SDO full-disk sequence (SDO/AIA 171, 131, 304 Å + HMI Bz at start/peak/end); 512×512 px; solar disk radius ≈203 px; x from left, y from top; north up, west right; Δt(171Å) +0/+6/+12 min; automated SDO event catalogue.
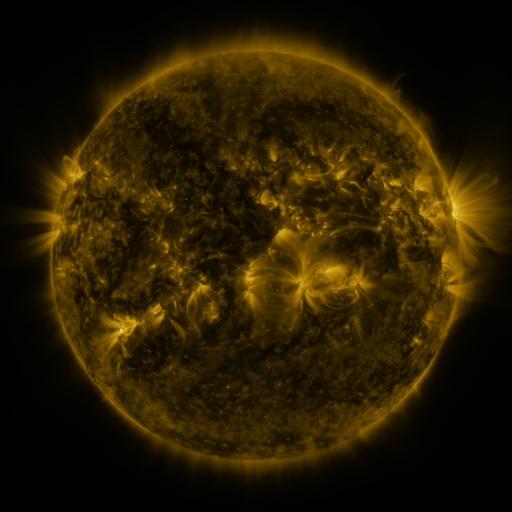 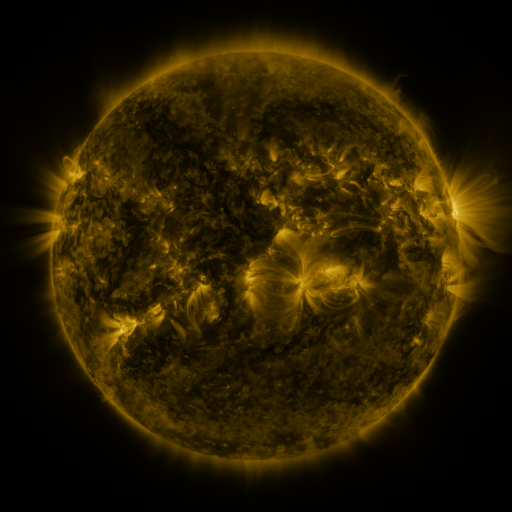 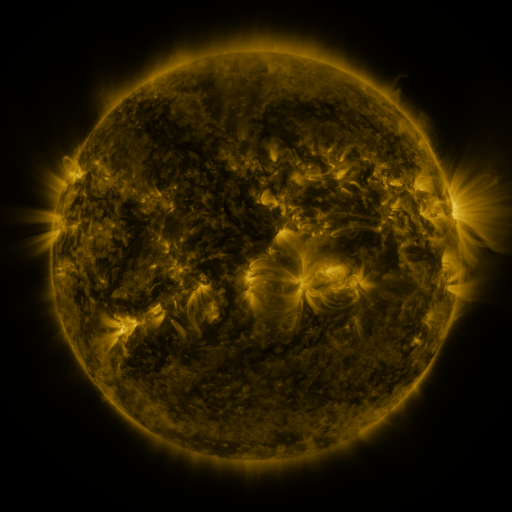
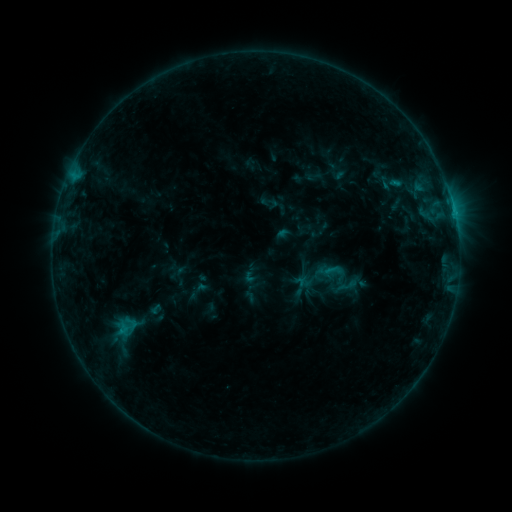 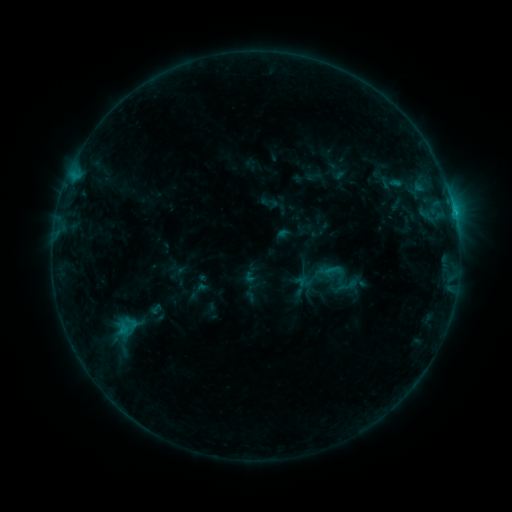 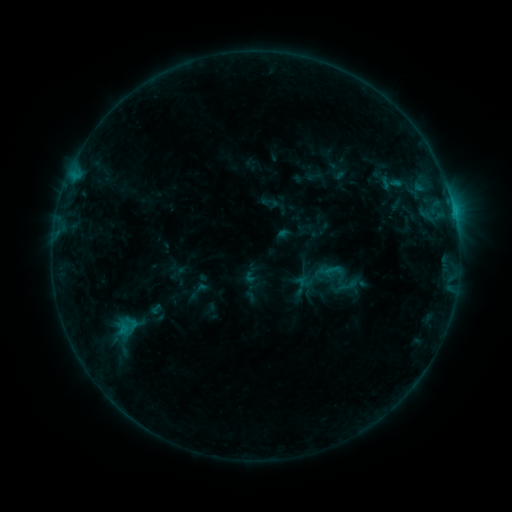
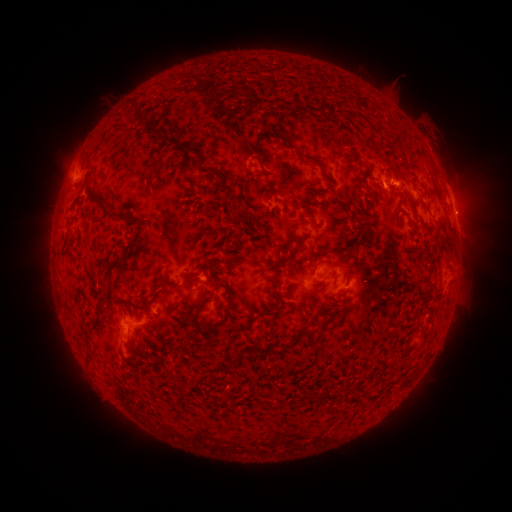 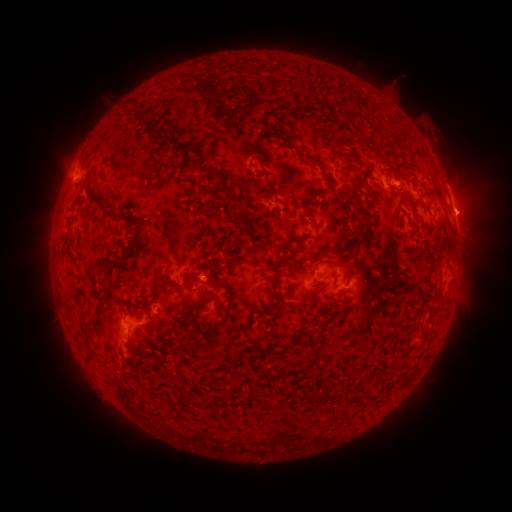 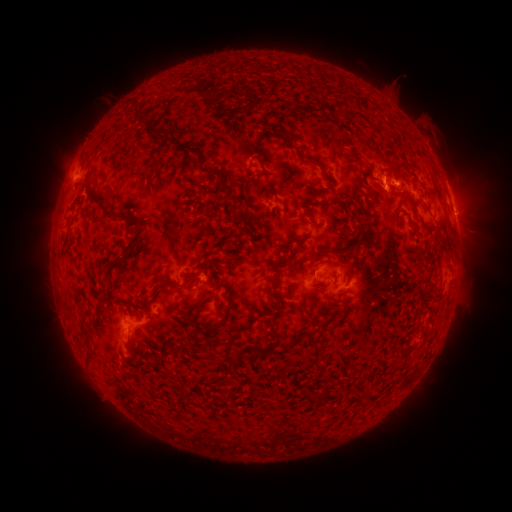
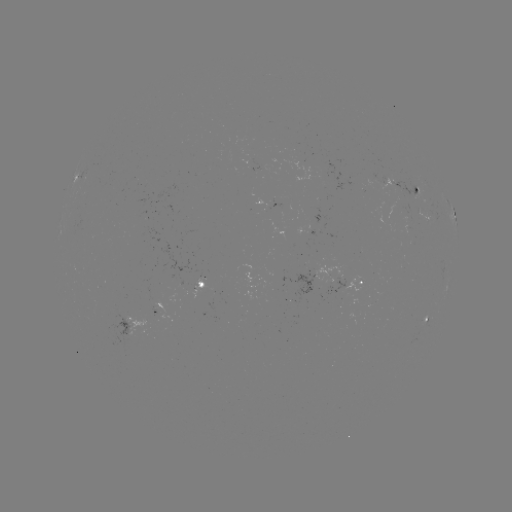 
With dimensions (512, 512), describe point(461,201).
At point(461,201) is eruption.